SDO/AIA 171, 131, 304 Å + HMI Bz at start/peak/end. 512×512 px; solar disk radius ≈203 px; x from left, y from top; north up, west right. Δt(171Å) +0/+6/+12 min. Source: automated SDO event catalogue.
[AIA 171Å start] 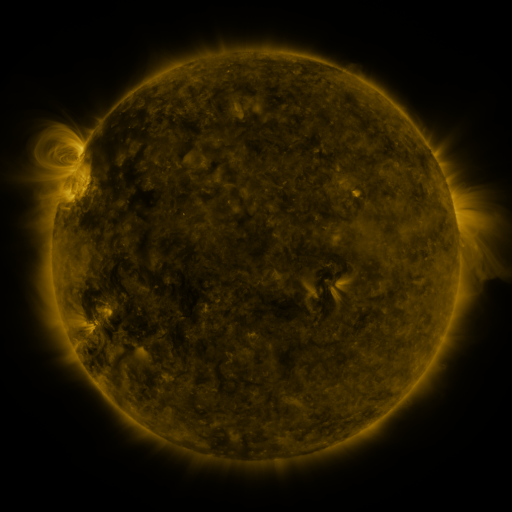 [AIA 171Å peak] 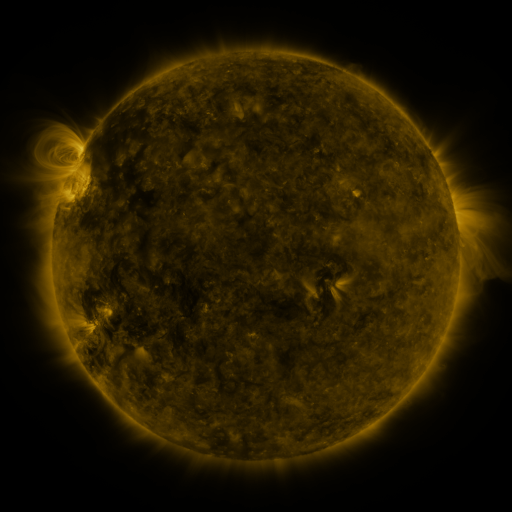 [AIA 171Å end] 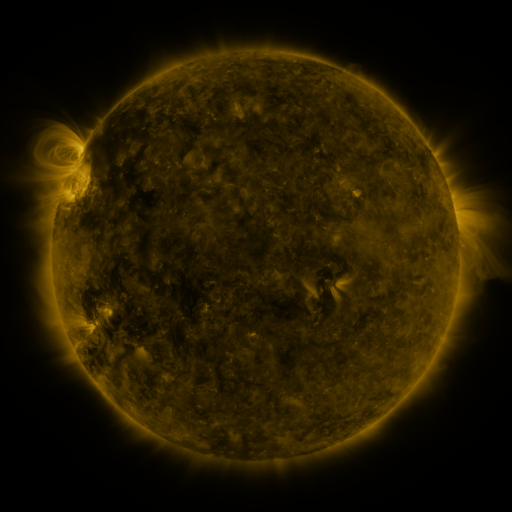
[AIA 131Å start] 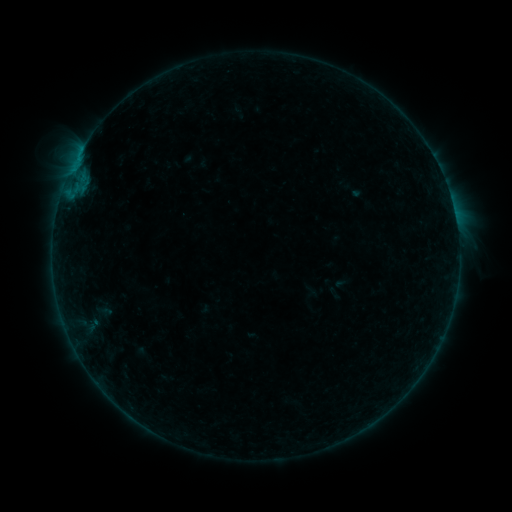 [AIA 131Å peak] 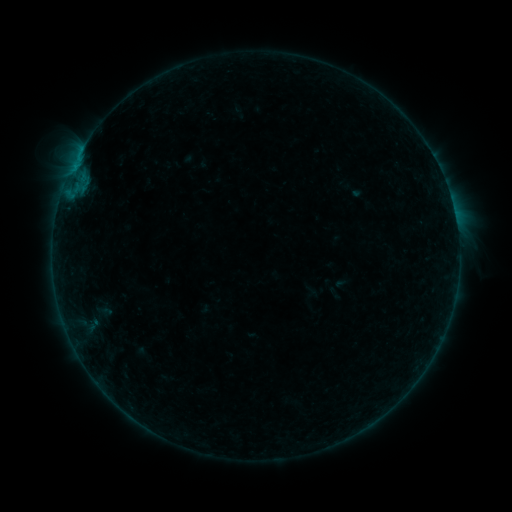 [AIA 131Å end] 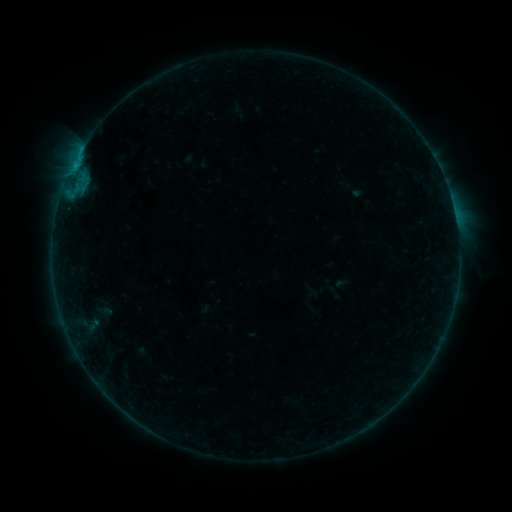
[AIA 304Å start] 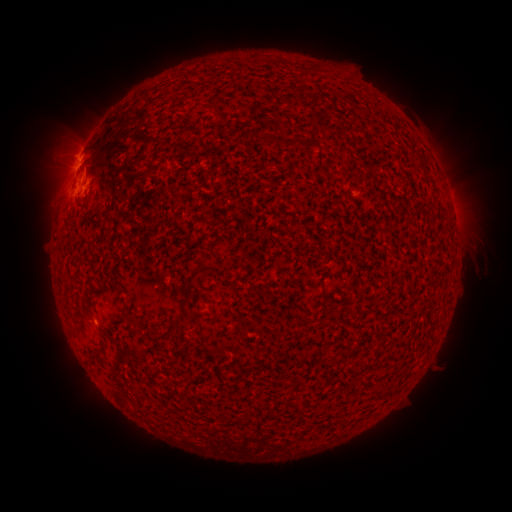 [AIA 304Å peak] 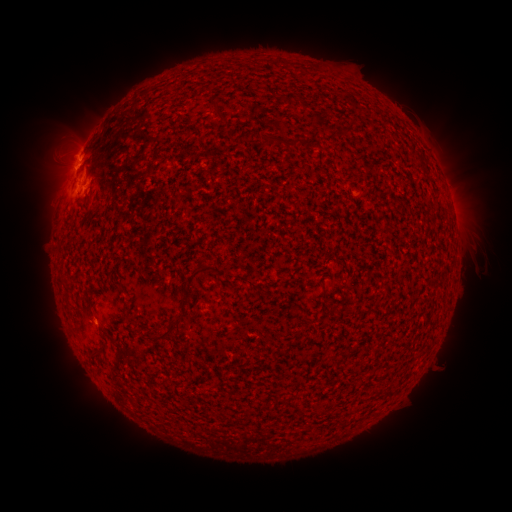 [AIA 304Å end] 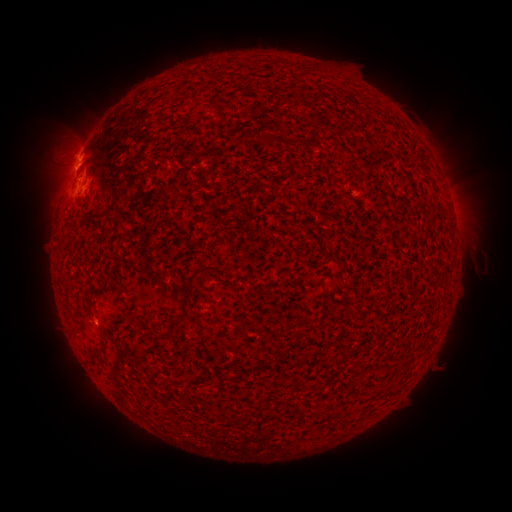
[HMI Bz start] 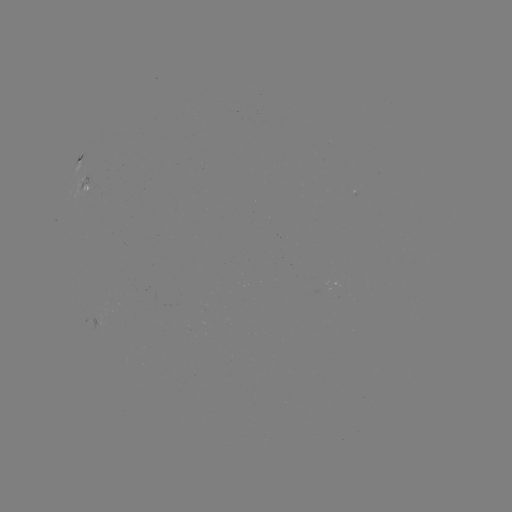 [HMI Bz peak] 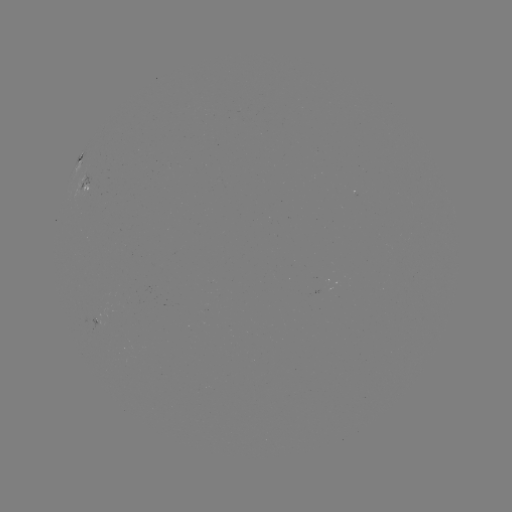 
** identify B5.2 flare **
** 82,150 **